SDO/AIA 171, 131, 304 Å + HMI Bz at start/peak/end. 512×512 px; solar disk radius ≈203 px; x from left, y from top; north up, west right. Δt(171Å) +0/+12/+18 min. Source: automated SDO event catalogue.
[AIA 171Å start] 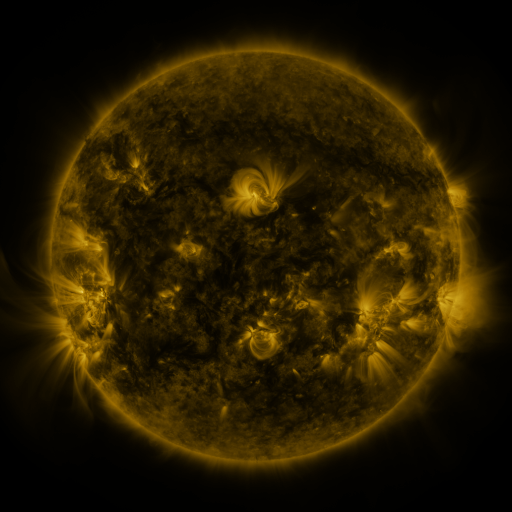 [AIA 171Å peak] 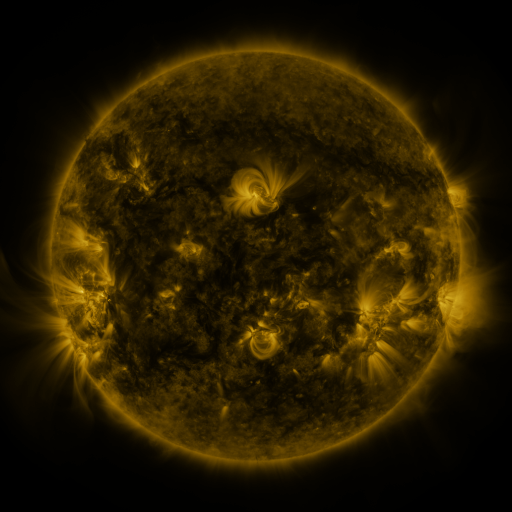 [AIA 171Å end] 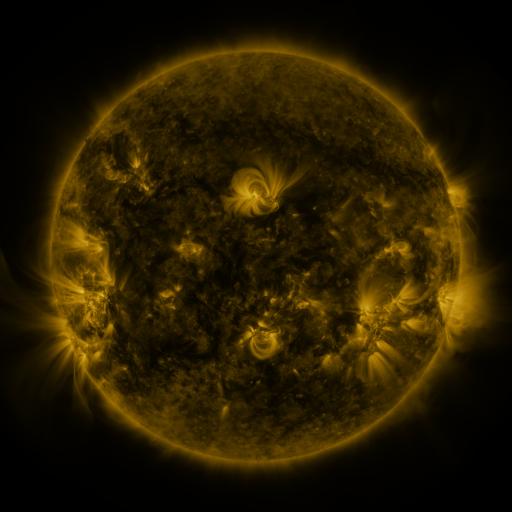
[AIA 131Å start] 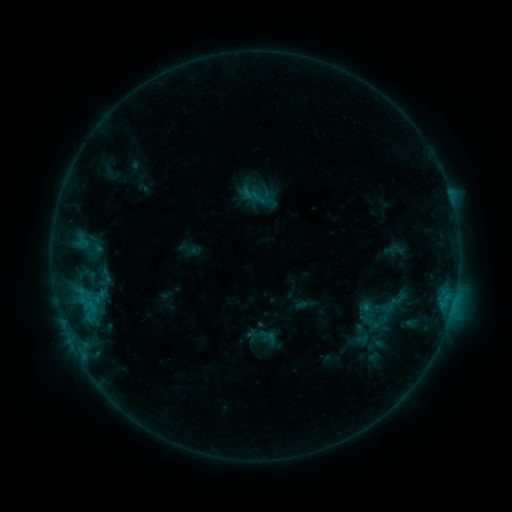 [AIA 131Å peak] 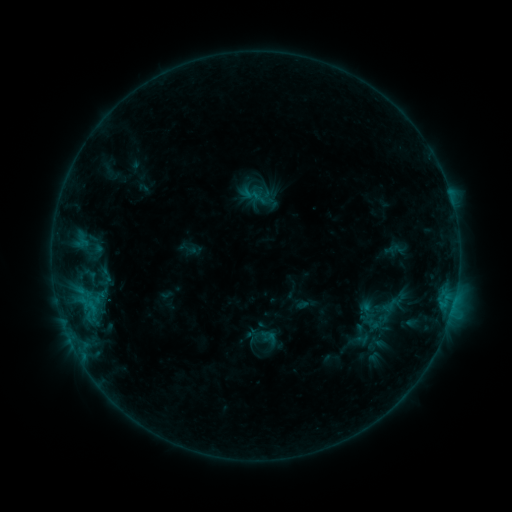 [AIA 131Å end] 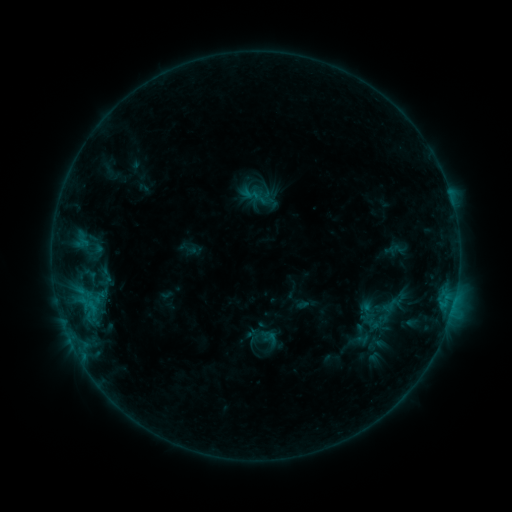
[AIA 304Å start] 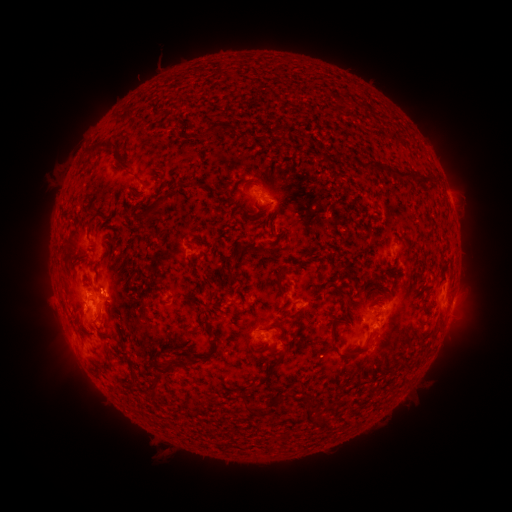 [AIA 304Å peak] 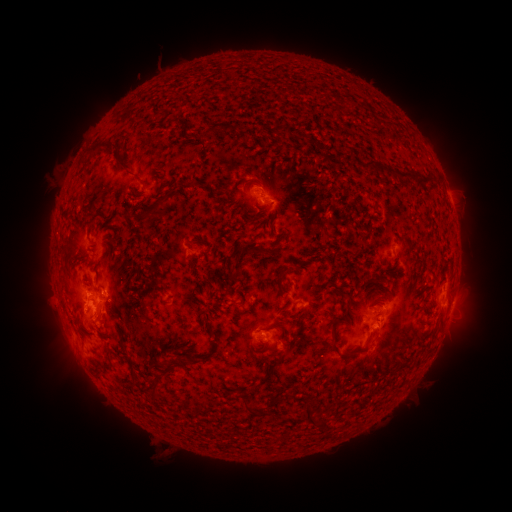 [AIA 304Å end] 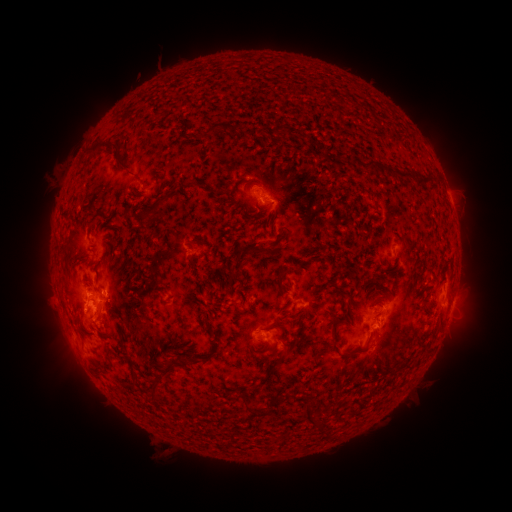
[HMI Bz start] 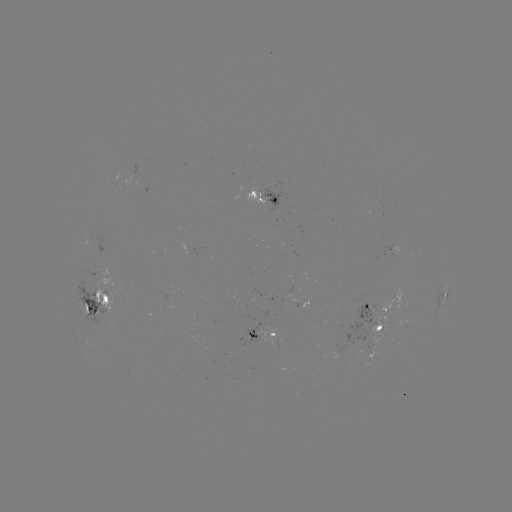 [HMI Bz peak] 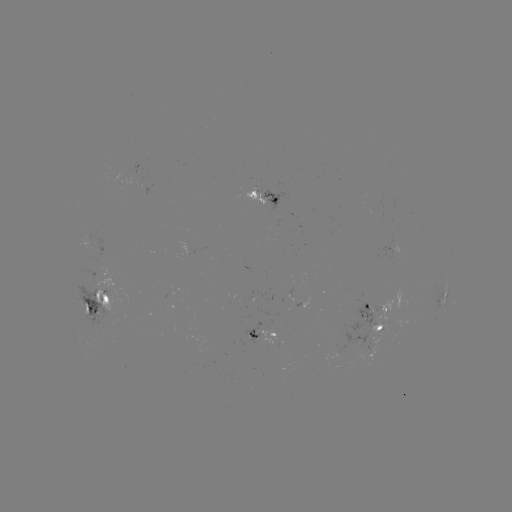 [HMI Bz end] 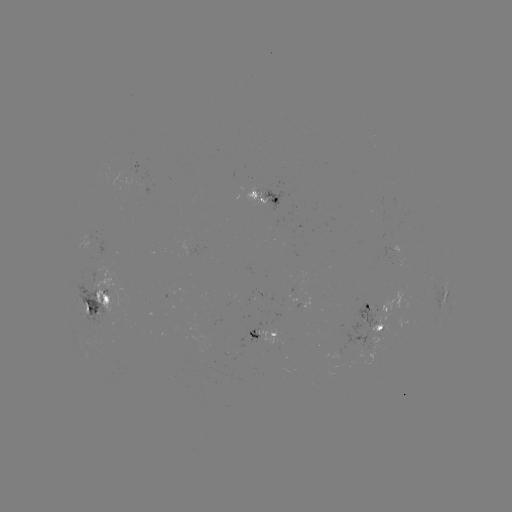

no catalogued flare and no flagged EUV brightening in this window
